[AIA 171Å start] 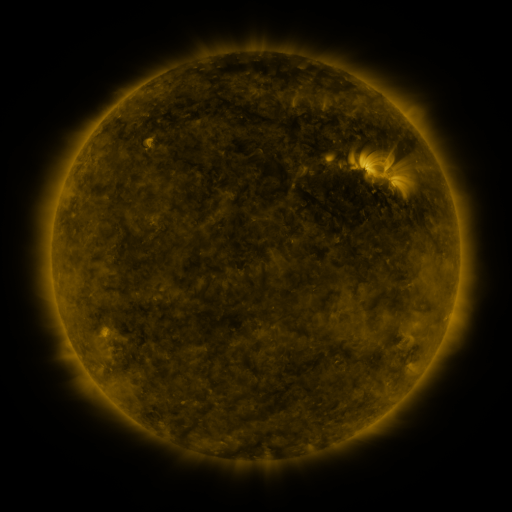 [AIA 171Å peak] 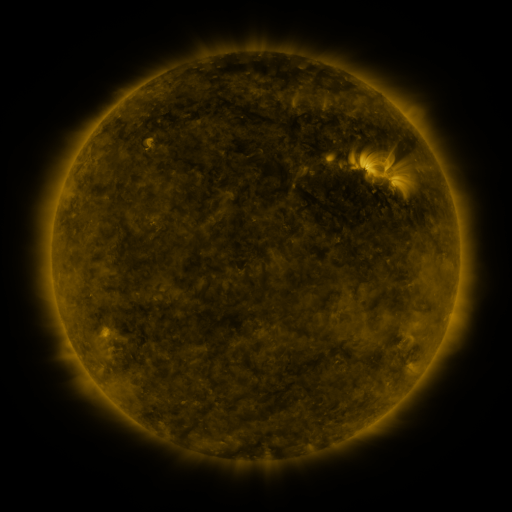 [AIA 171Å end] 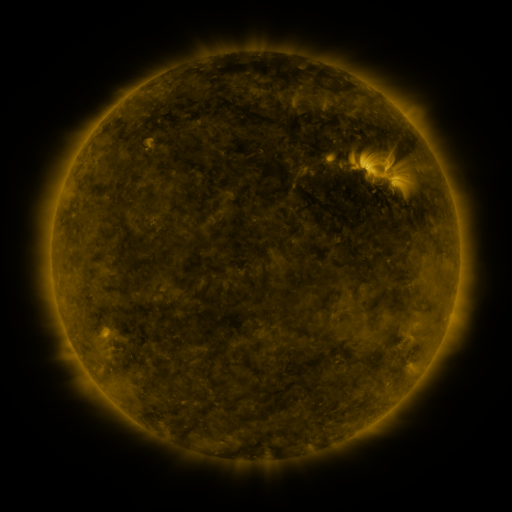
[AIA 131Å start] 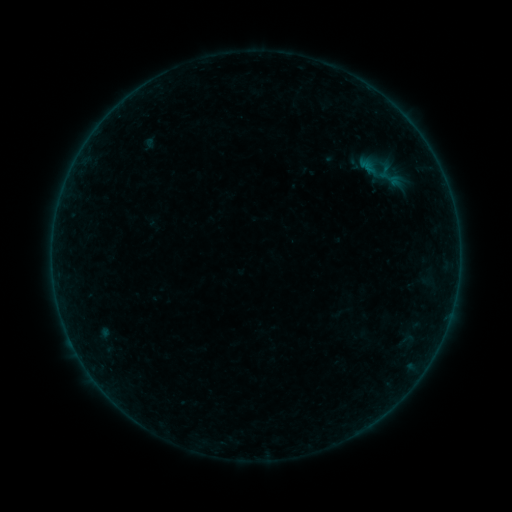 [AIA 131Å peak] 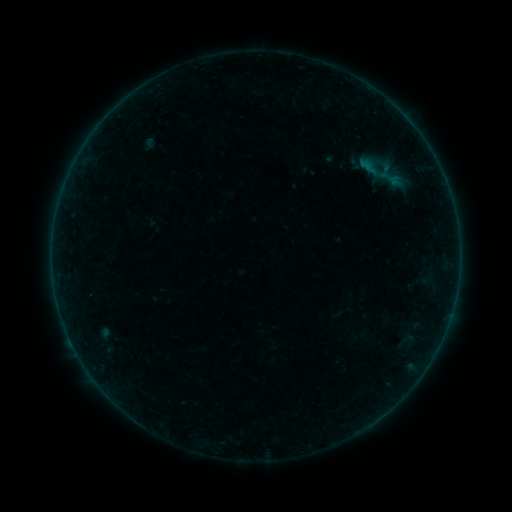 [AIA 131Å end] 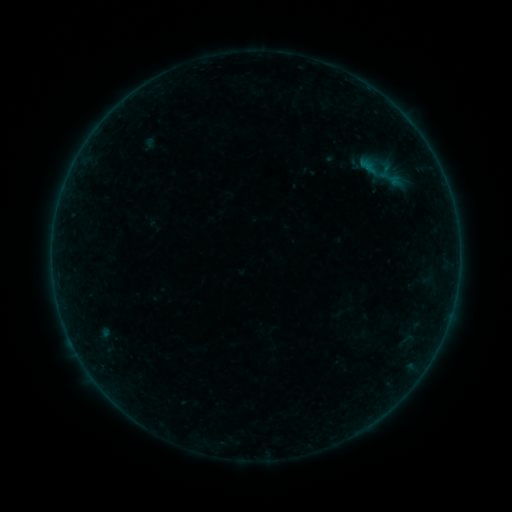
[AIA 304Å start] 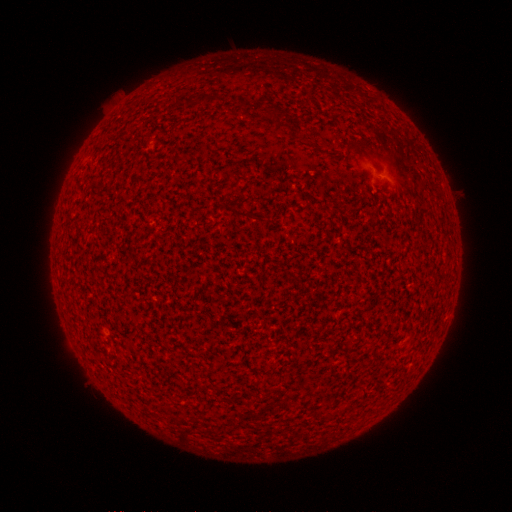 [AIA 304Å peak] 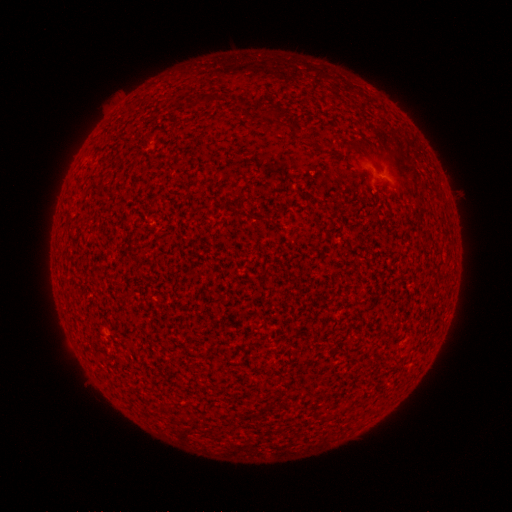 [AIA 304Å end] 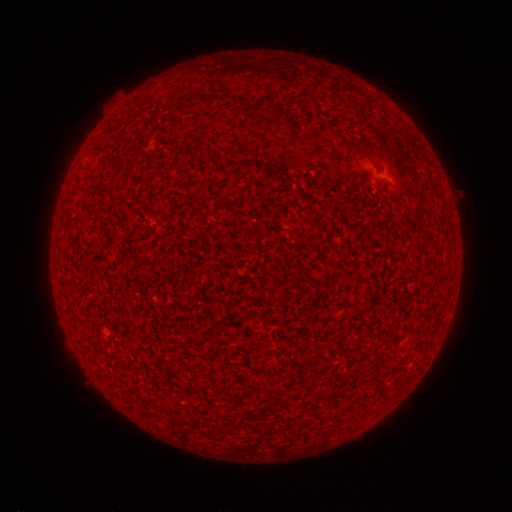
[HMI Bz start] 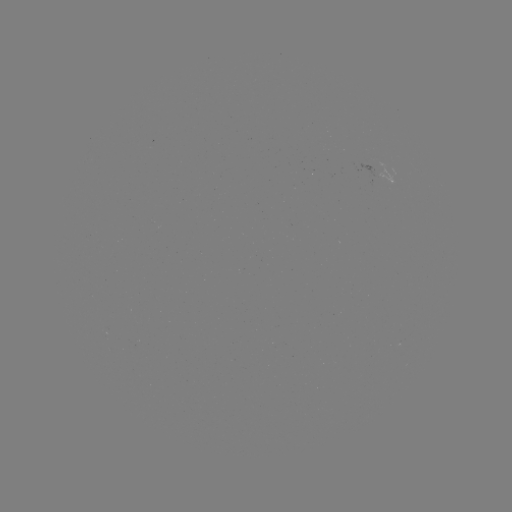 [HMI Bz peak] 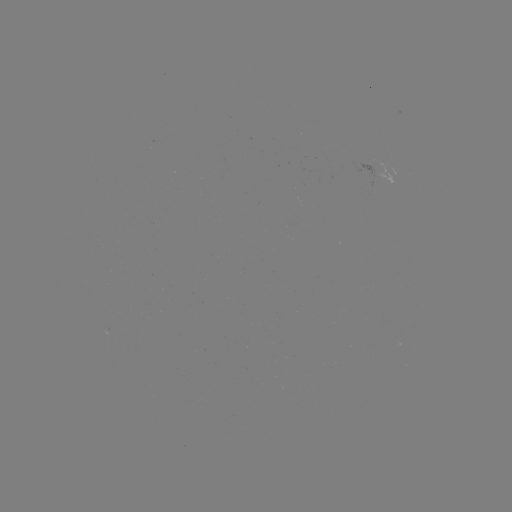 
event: flare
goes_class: A5.7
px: (391, 185)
